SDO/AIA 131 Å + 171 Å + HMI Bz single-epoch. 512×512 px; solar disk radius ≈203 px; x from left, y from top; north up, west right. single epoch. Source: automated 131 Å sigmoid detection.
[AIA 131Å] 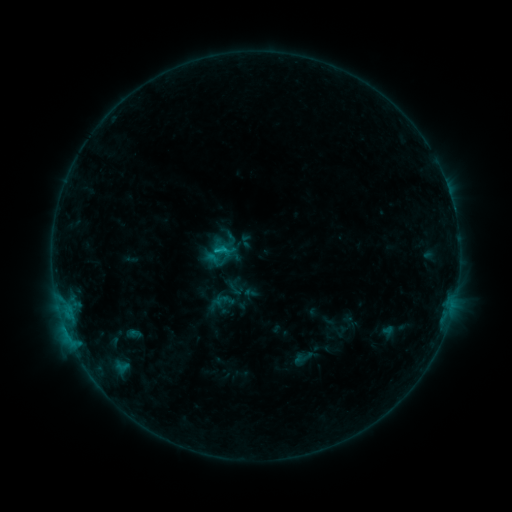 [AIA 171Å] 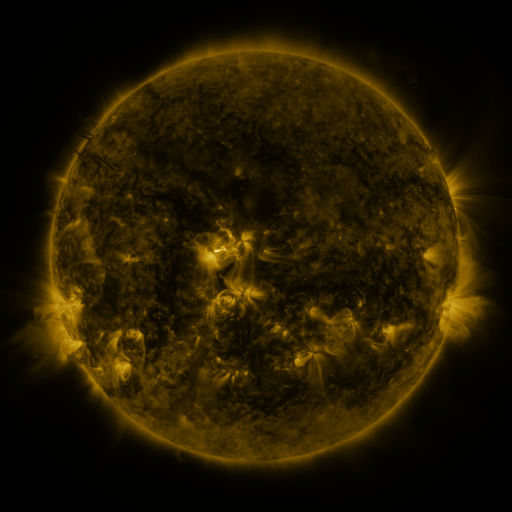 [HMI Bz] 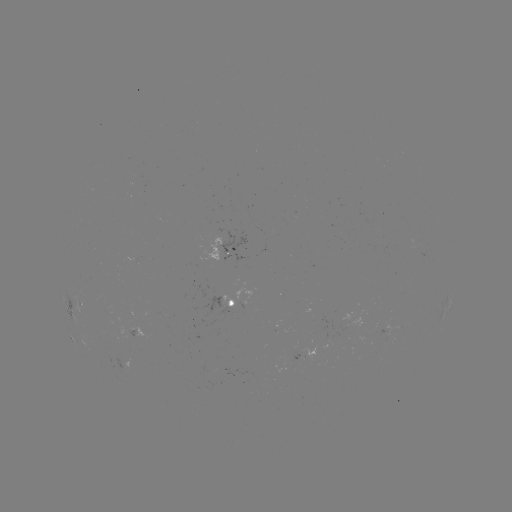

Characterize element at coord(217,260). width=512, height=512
sigmoid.